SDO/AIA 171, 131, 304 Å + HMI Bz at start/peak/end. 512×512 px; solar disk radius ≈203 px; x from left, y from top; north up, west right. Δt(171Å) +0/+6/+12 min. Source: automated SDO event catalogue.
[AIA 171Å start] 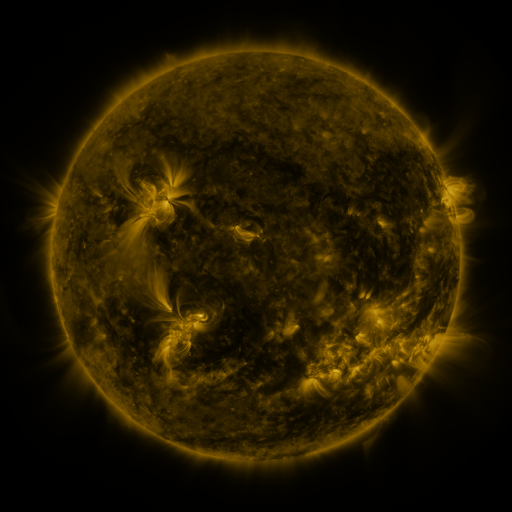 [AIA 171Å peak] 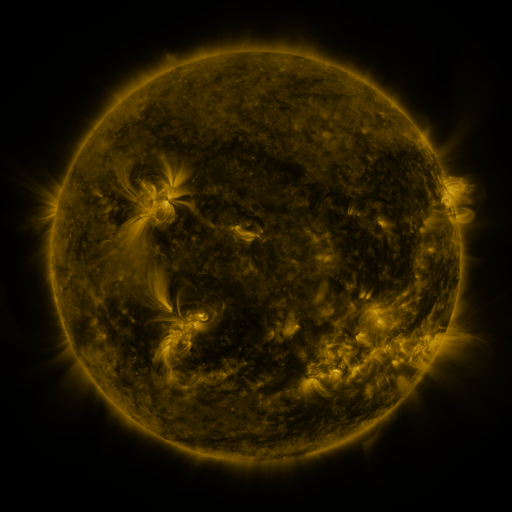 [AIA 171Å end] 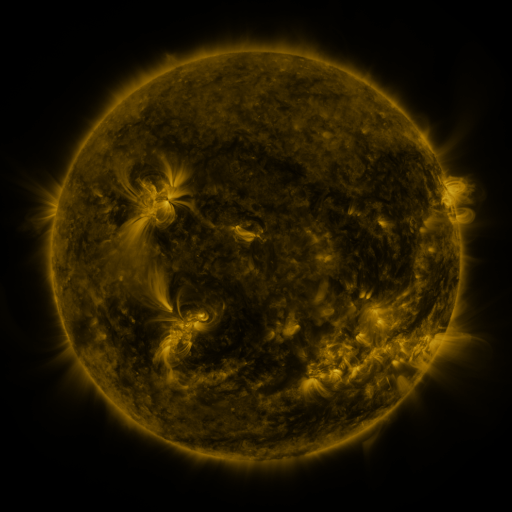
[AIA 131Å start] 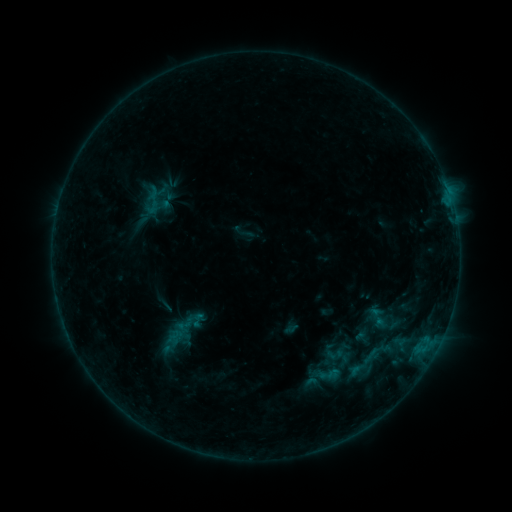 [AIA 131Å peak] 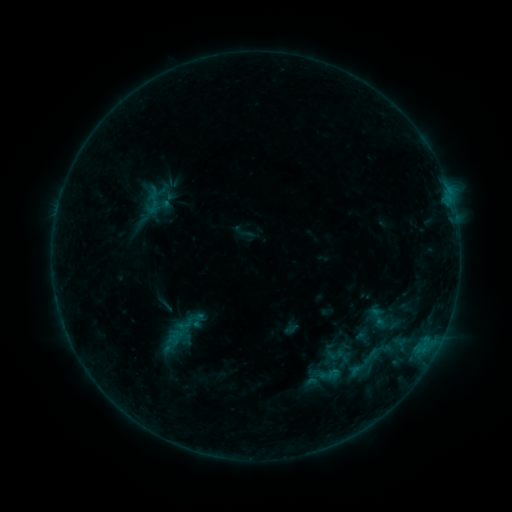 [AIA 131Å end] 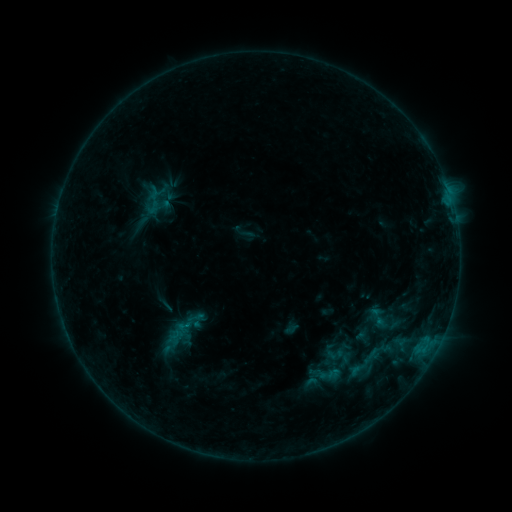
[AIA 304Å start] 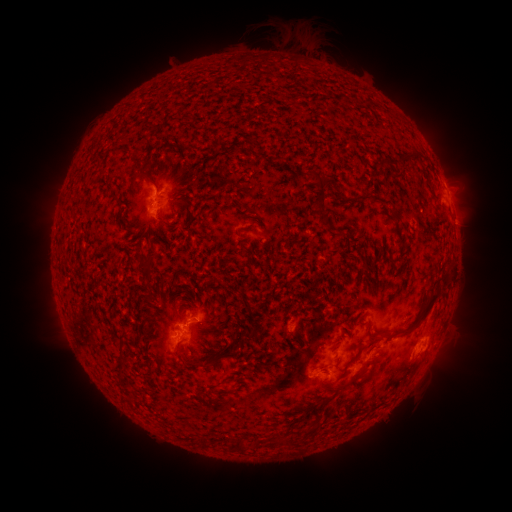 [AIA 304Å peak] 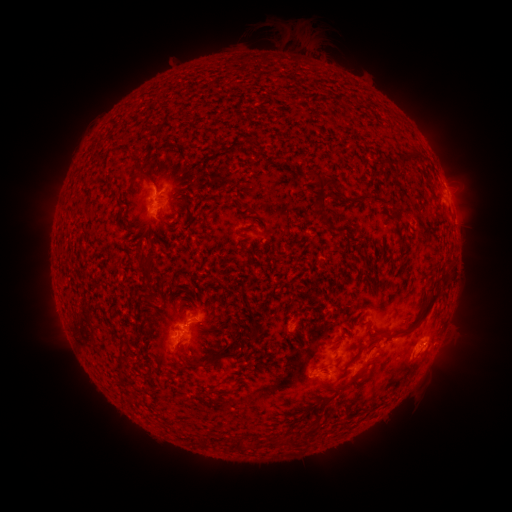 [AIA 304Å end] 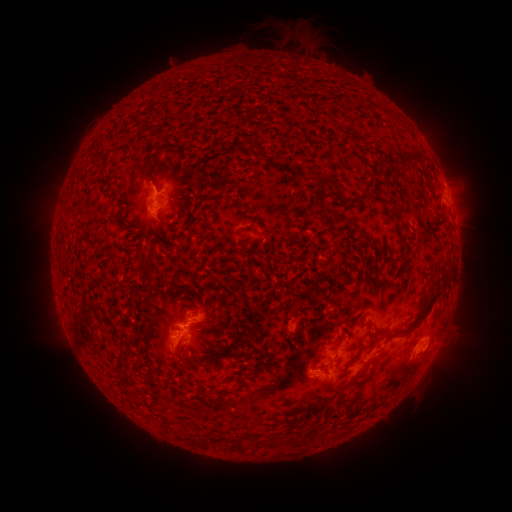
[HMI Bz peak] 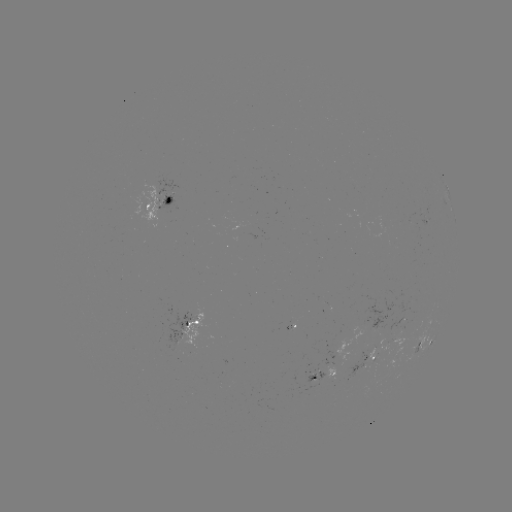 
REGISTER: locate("B5.5 flare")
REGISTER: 425,341